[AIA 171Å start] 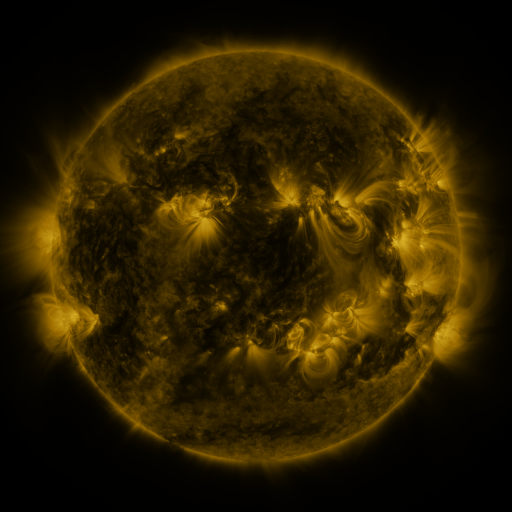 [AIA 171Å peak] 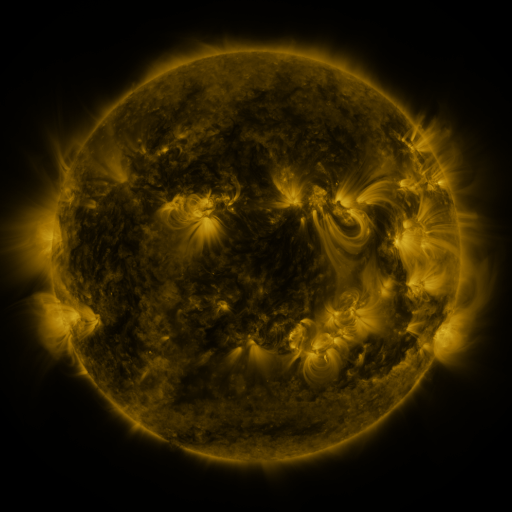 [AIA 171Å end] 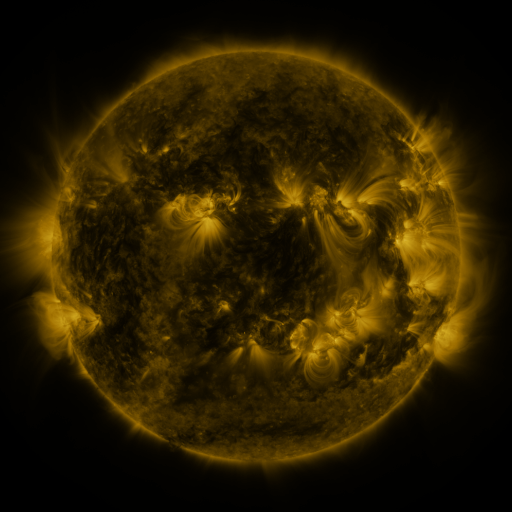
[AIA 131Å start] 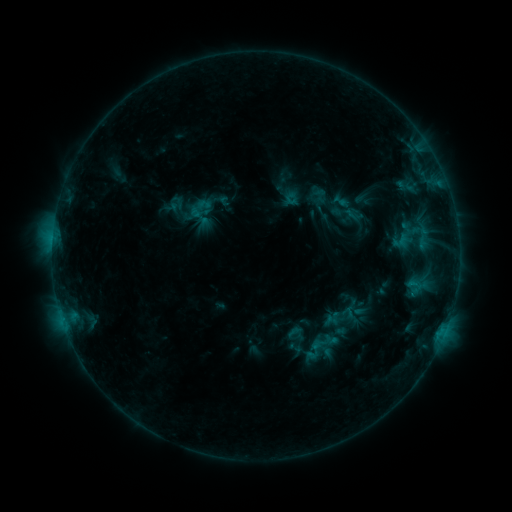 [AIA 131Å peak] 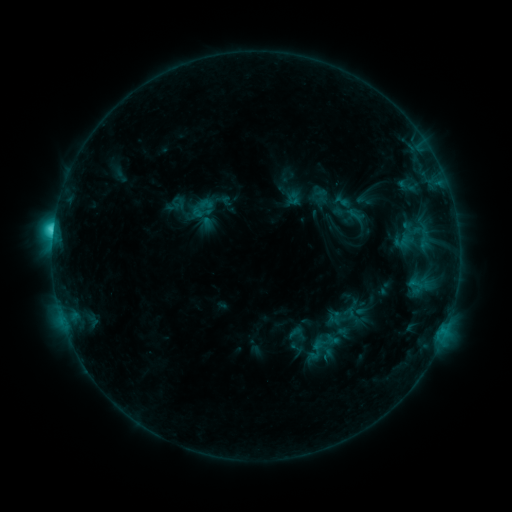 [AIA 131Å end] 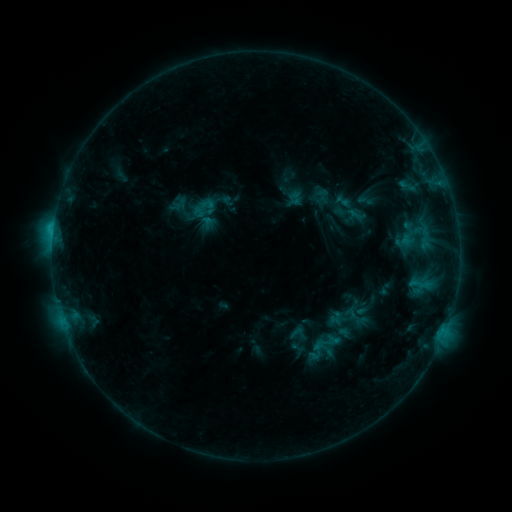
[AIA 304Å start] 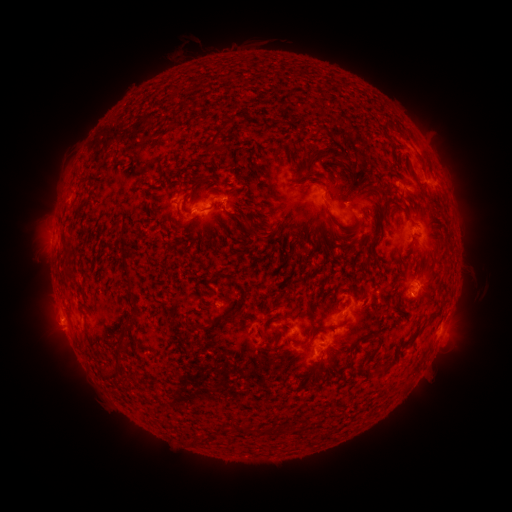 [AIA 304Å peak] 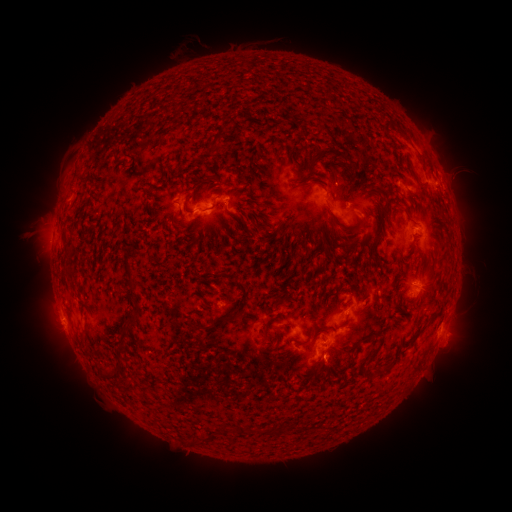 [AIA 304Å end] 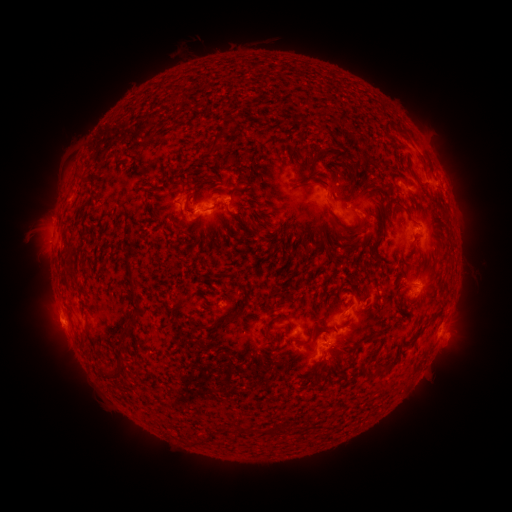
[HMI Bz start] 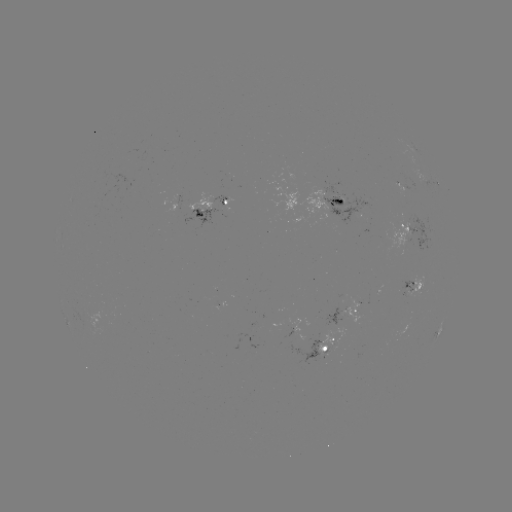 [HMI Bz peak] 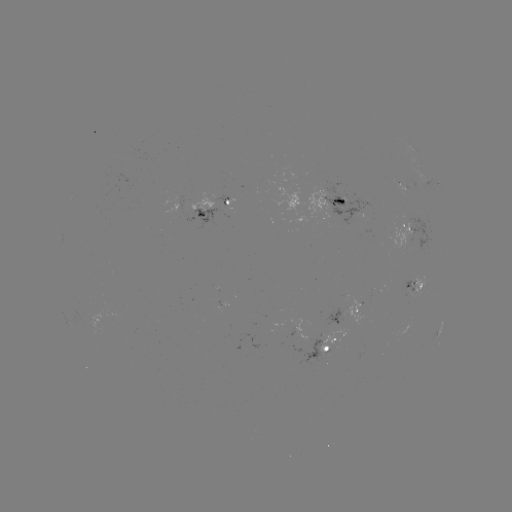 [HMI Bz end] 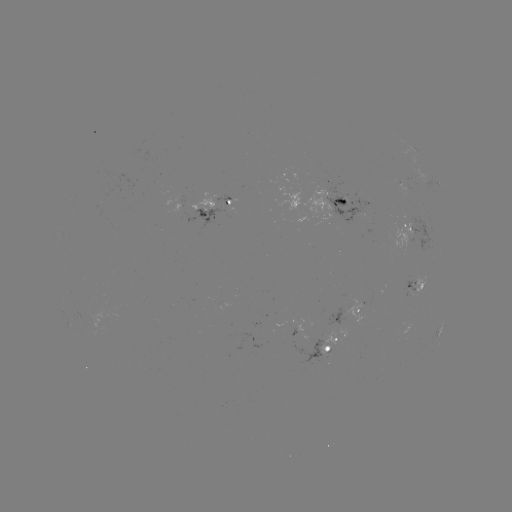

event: flare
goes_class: C2.9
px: (54, 231)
